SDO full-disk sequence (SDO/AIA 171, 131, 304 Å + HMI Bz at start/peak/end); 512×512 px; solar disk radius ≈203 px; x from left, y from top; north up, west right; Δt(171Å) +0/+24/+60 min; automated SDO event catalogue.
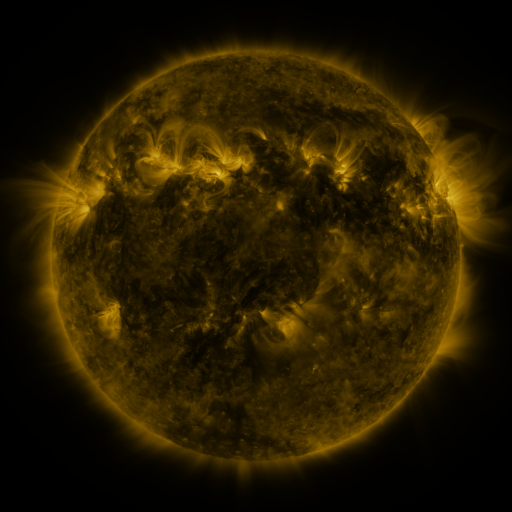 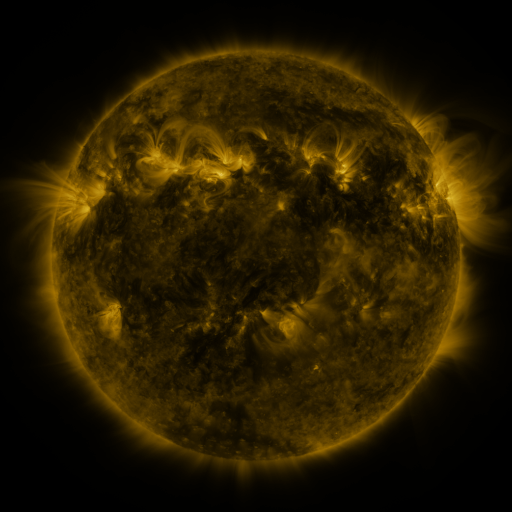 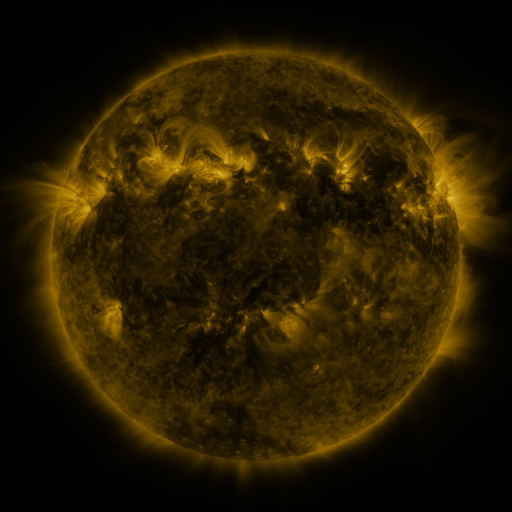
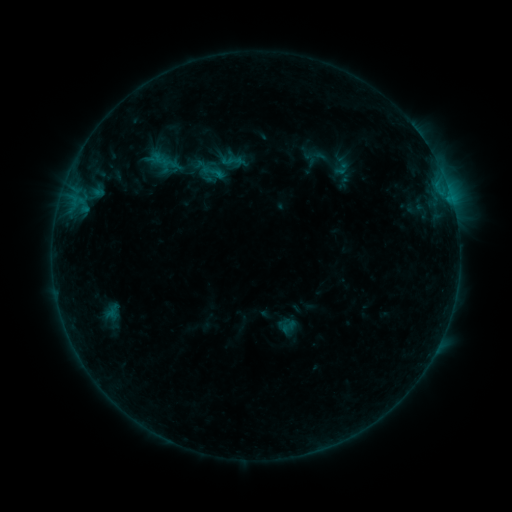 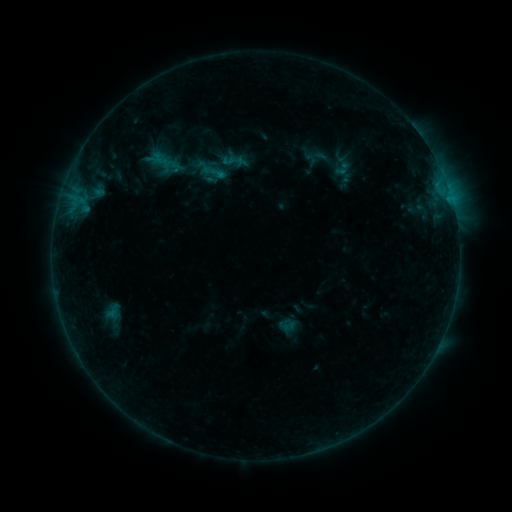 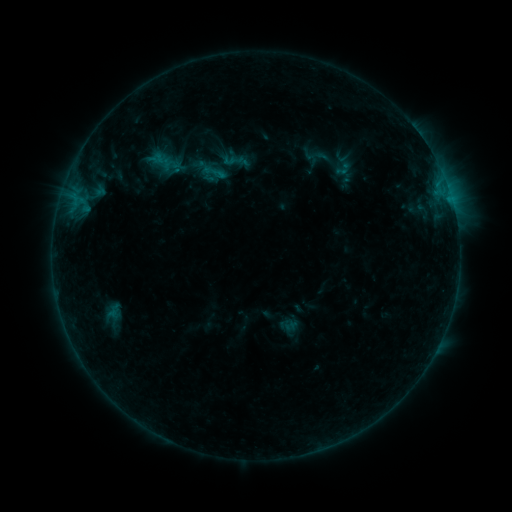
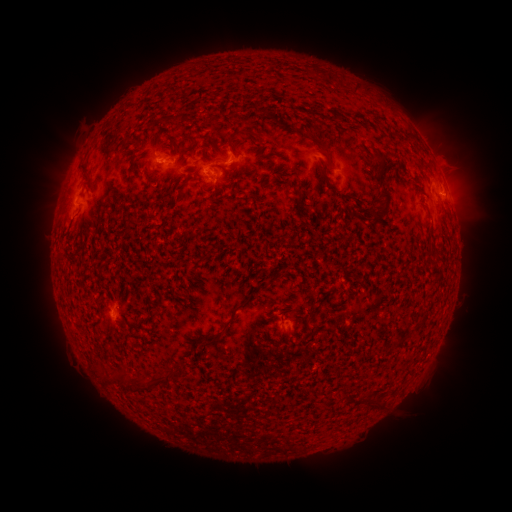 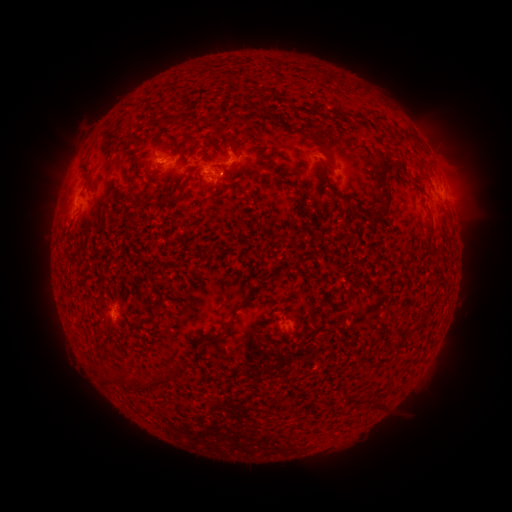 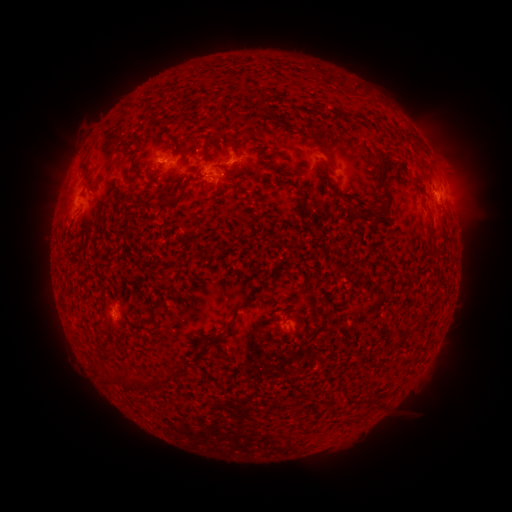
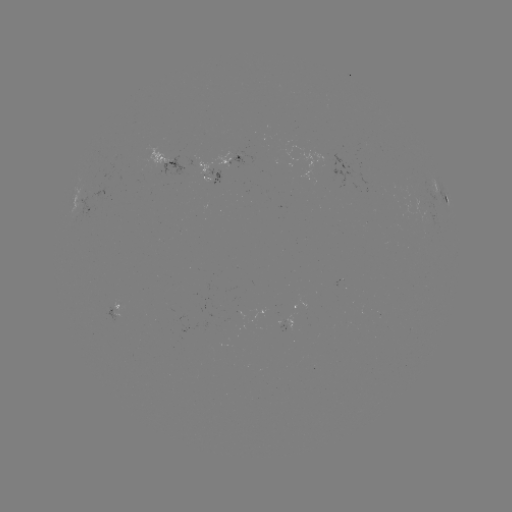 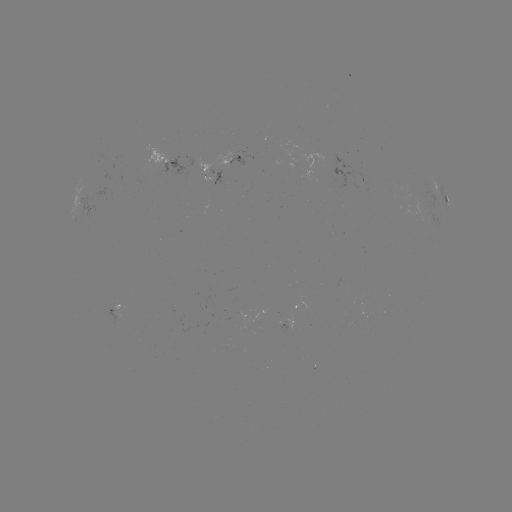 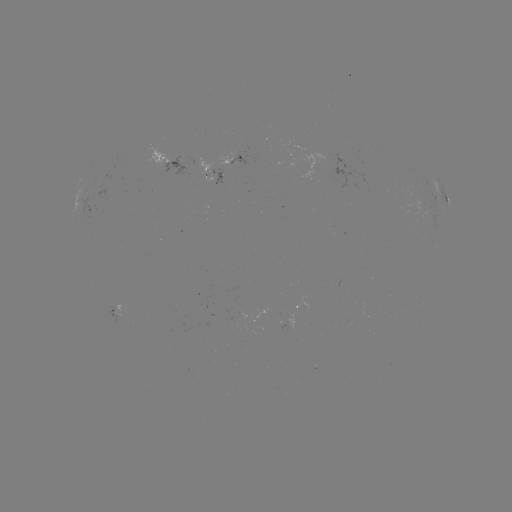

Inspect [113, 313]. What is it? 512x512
emerging-flux region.